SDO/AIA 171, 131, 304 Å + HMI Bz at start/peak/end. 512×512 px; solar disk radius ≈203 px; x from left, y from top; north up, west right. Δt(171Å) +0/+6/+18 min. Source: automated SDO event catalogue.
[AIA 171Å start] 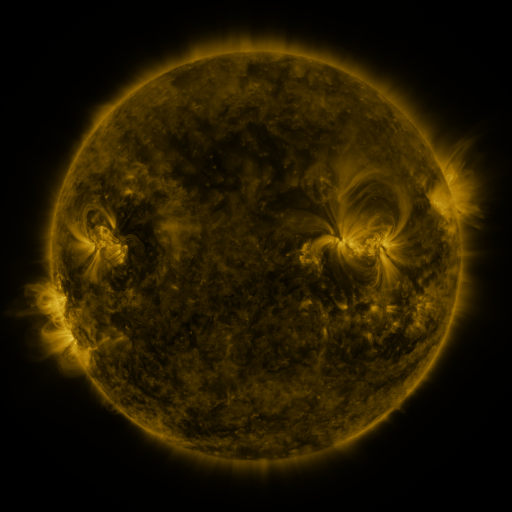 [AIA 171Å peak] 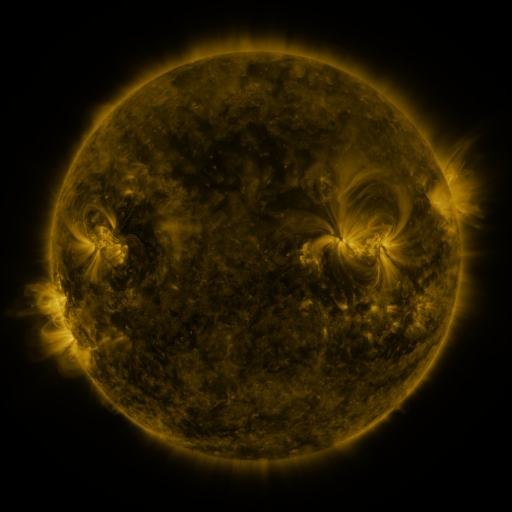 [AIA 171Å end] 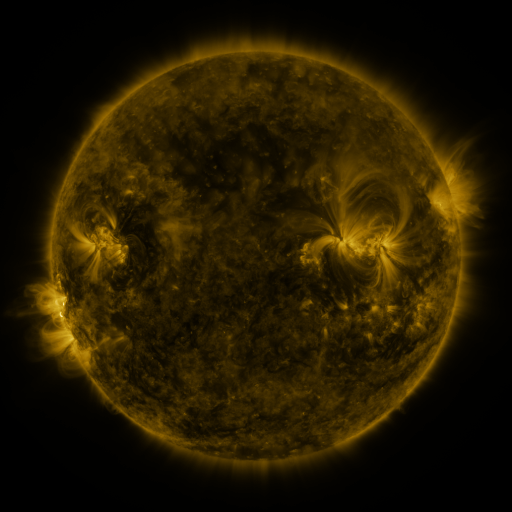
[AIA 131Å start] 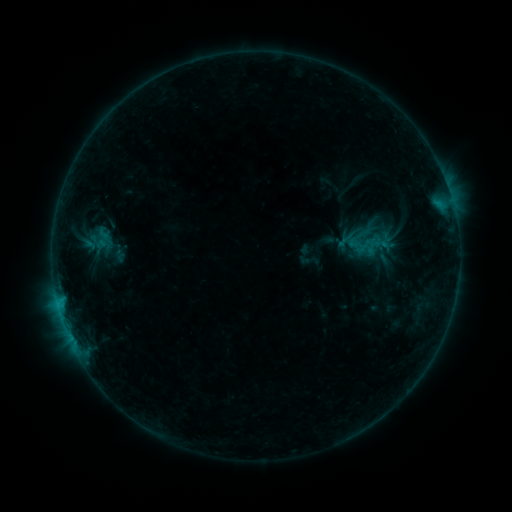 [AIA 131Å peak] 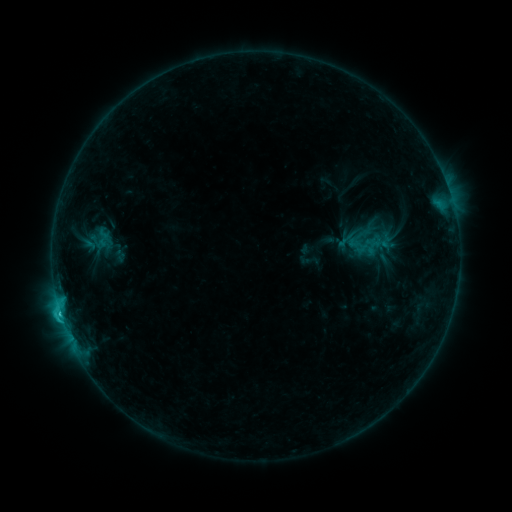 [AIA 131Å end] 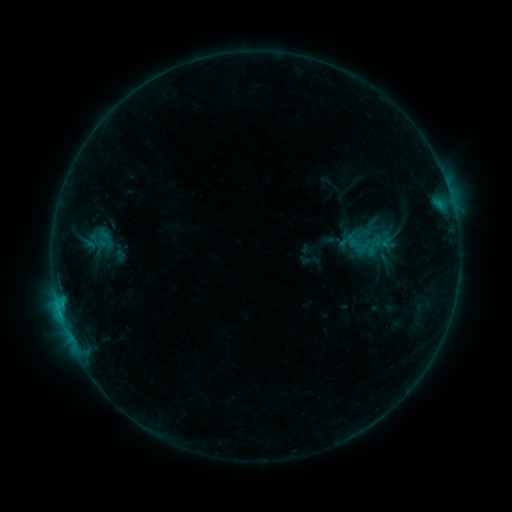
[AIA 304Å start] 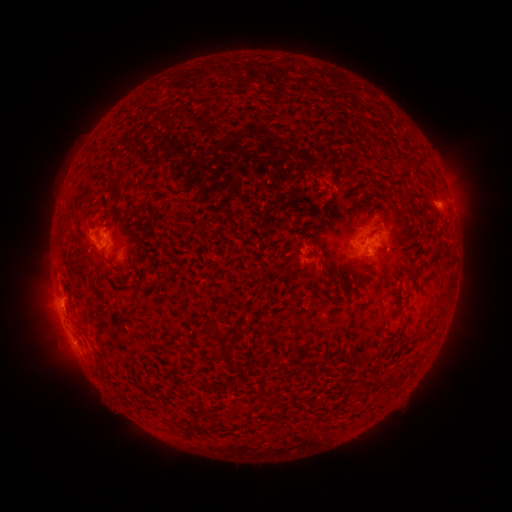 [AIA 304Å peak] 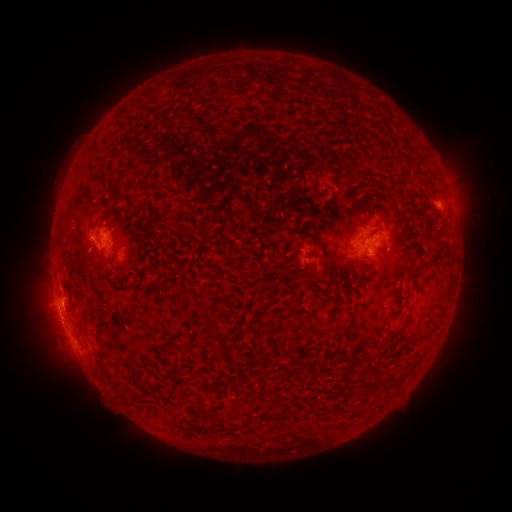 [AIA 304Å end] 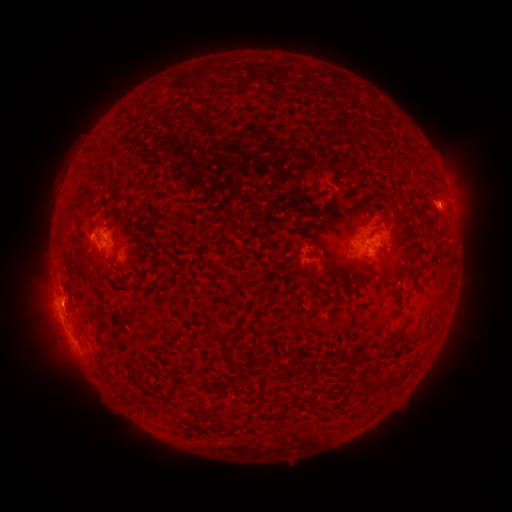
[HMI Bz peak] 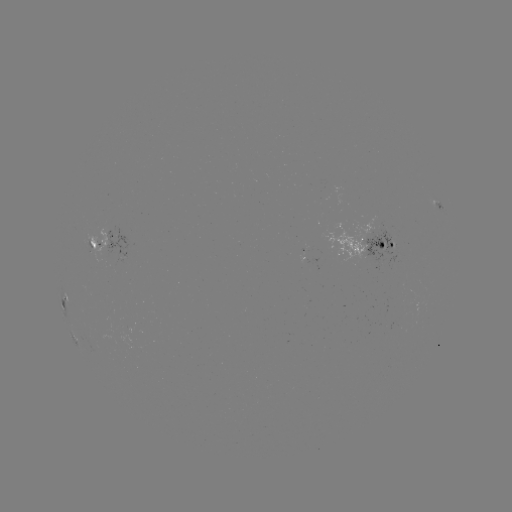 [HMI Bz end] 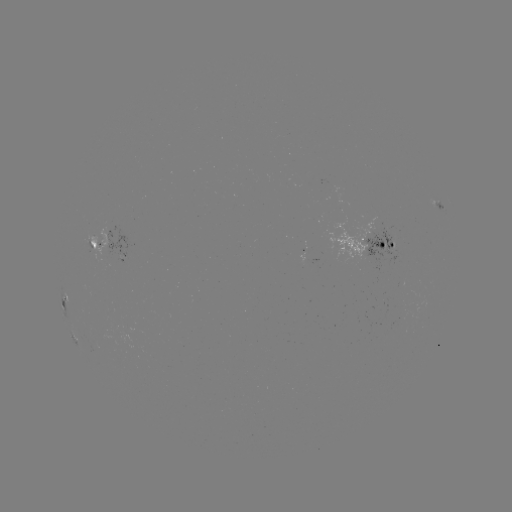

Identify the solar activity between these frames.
C1.4 flare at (62, 310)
